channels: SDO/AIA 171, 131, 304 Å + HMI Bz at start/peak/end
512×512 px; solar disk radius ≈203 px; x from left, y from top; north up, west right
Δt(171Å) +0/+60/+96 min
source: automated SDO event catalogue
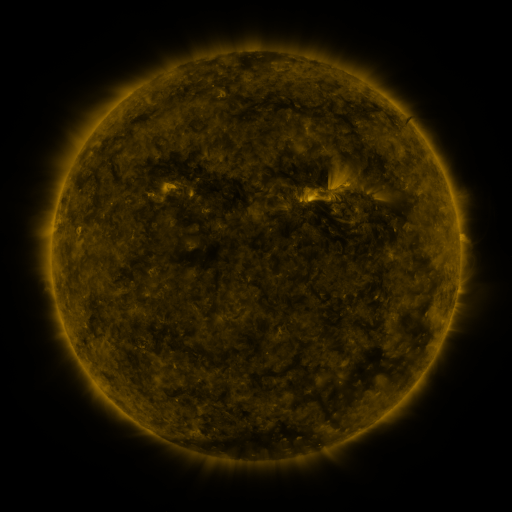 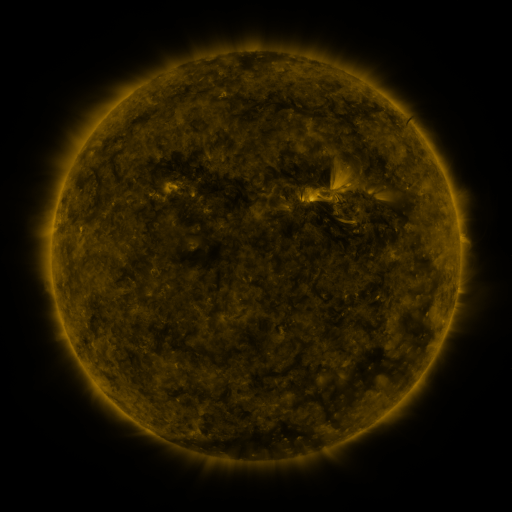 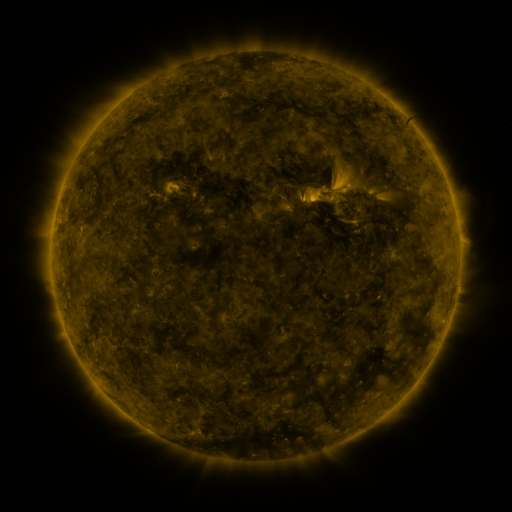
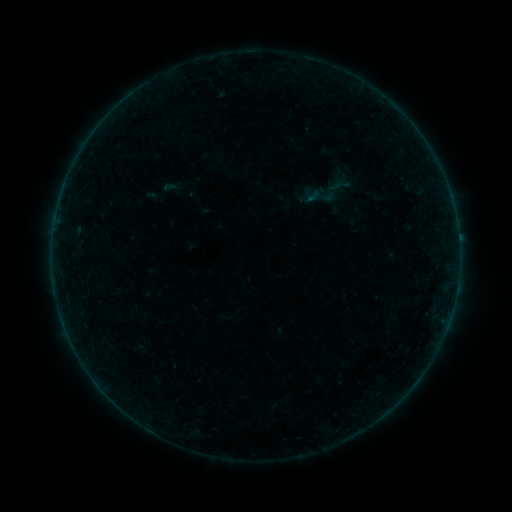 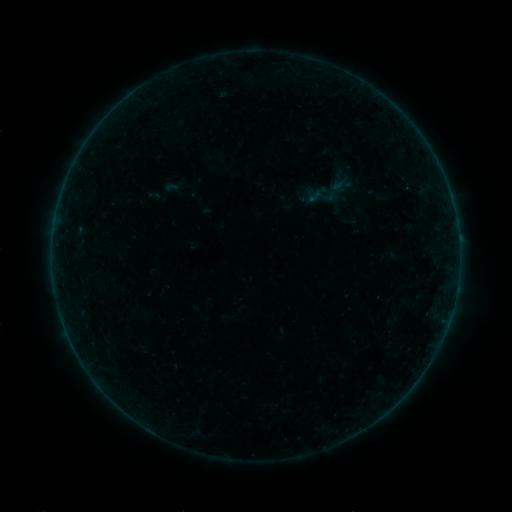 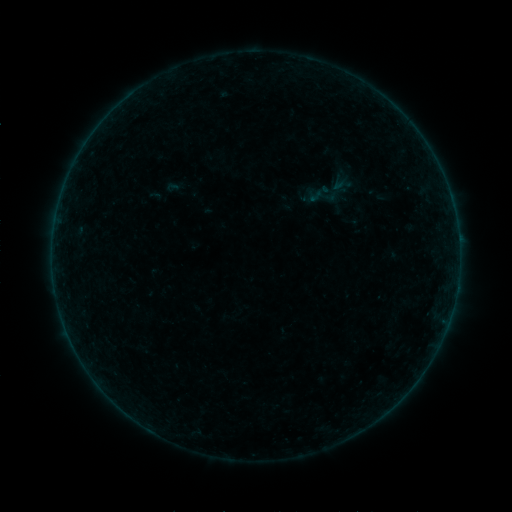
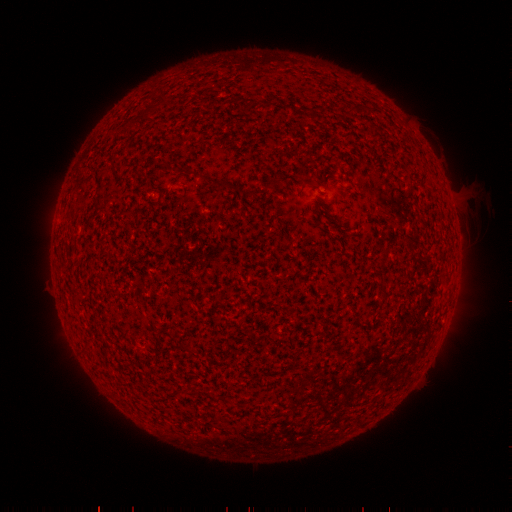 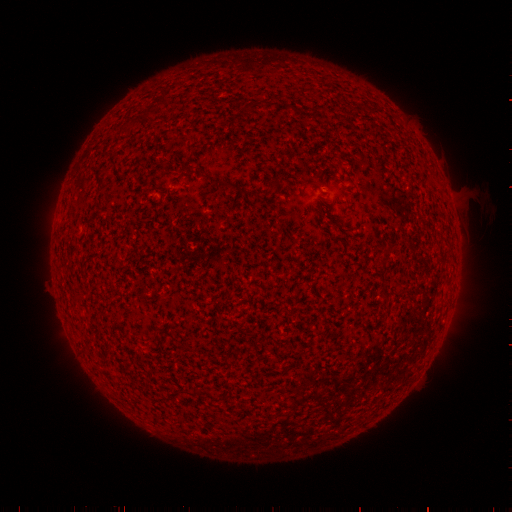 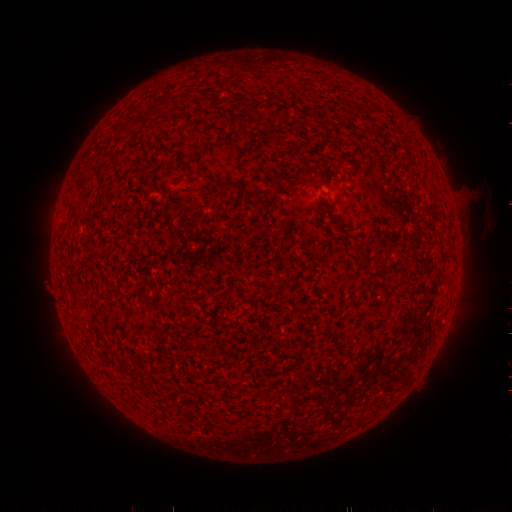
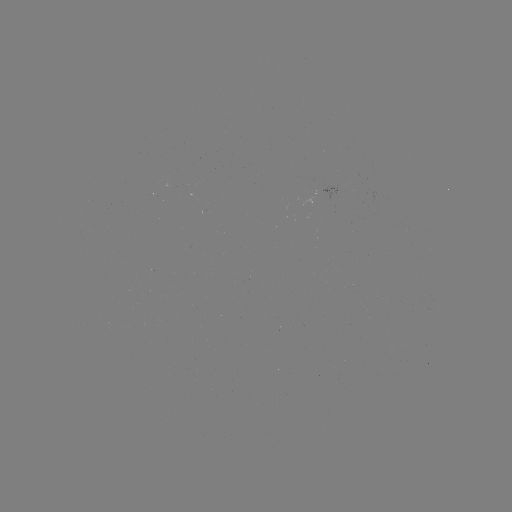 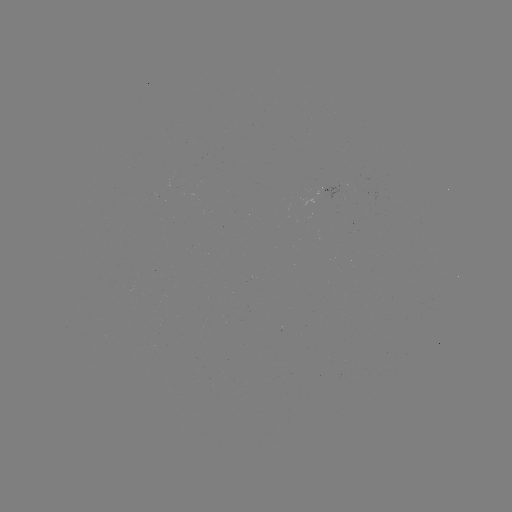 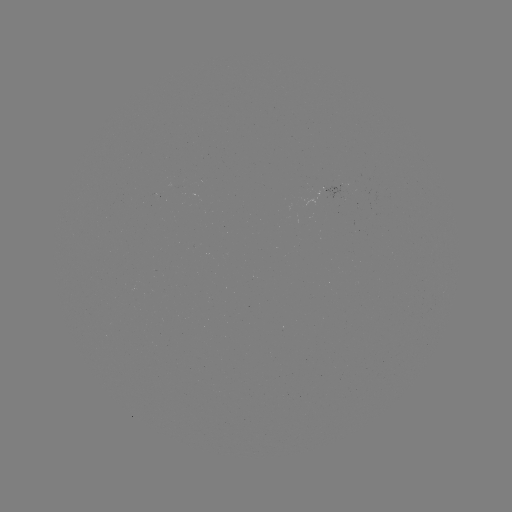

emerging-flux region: <bbox>316, 187, 337, 198</bbox>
